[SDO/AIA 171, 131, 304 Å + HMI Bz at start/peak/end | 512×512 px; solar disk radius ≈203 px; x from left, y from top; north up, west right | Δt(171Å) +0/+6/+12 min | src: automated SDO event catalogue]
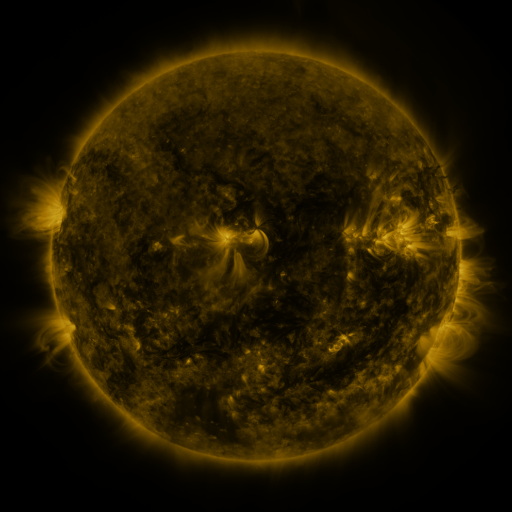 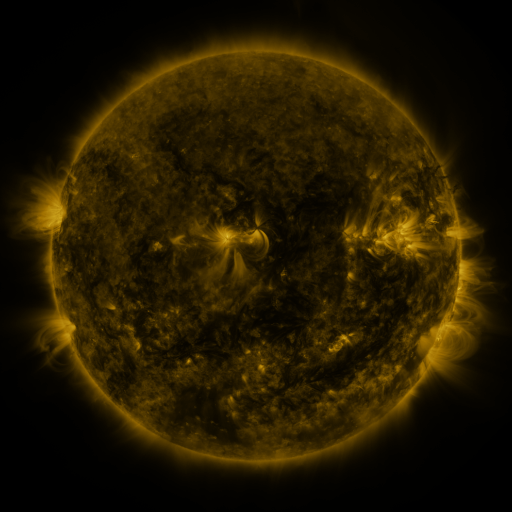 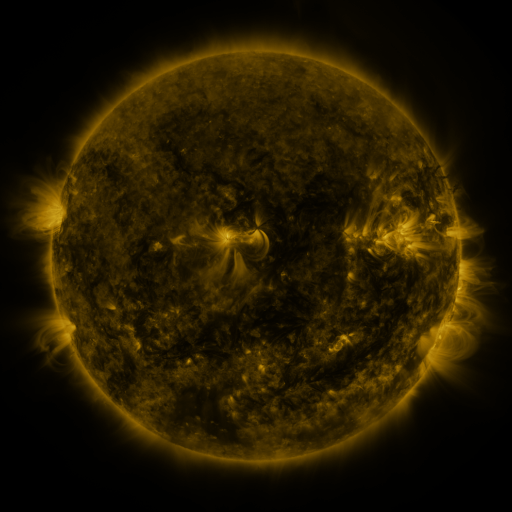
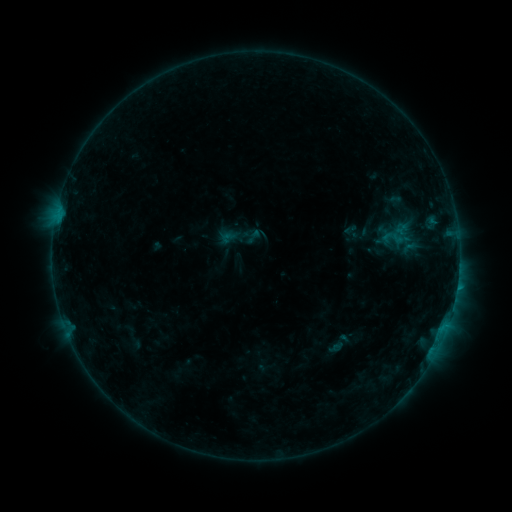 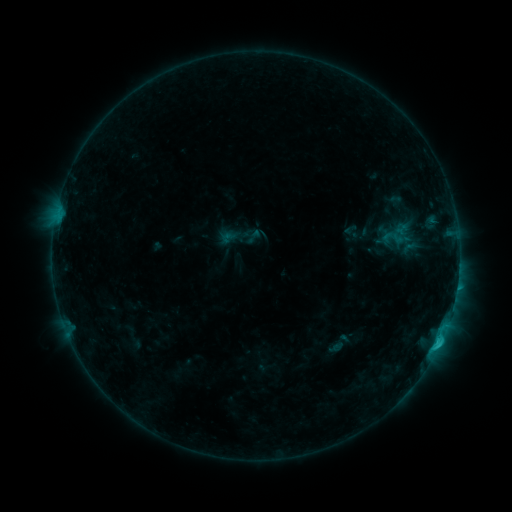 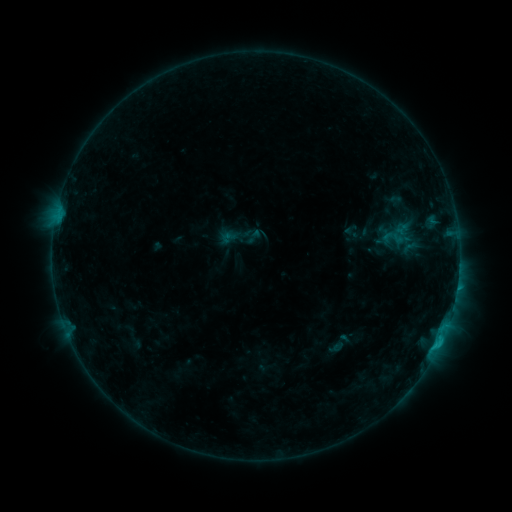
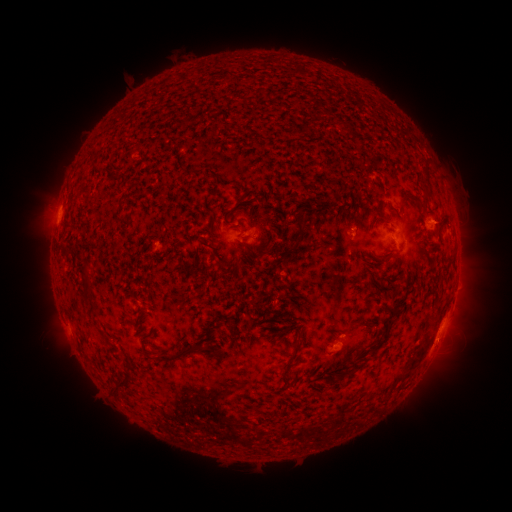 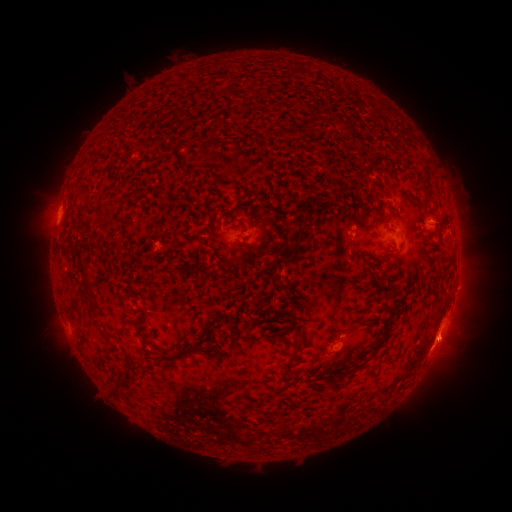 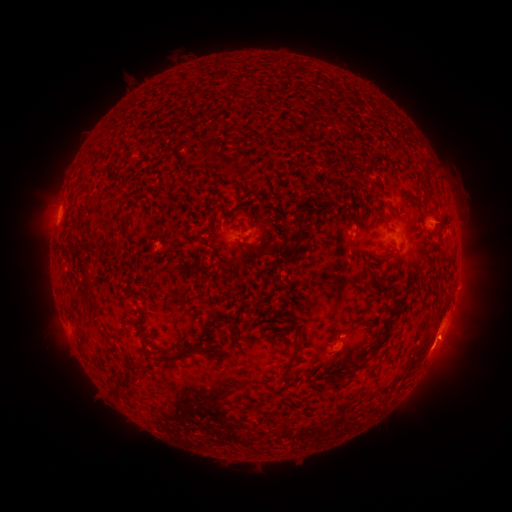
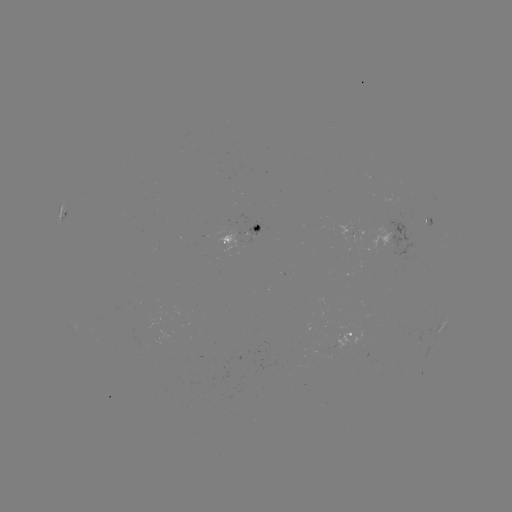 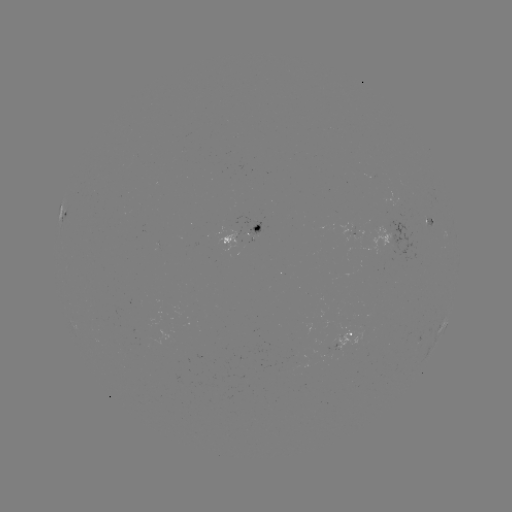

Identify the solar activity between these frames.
C1.3 flare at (438, 339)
